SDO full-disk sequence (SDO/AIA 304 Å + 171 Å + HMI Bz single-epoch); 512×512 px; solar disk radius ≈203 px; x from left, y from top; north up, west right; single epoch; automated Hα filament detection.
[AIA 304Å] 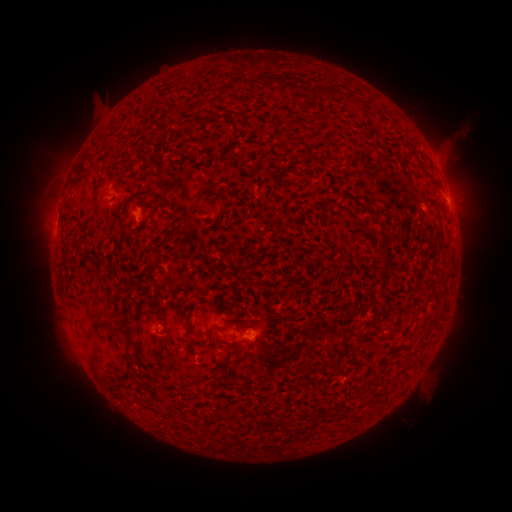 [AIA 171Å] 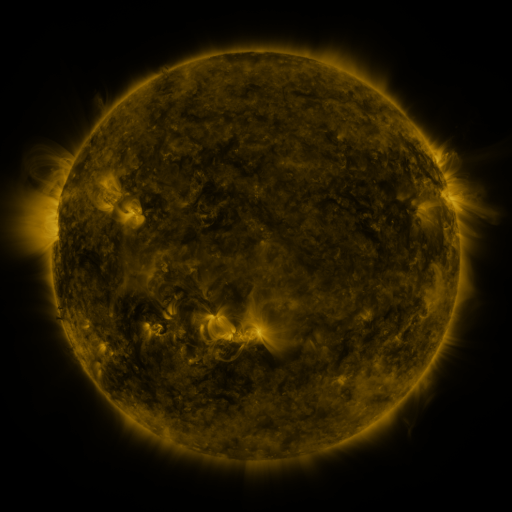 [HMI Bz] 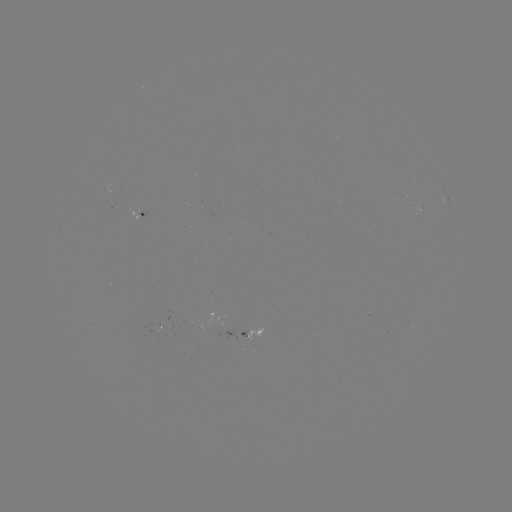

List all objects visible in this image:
filament: (283, 89)
filament: (328, 92)
filament: (230, 159)
filament: (202, 186)
filament: (99, 201)
filament: (262, 210)
filament: (371, 217)
filament: (445, 246)
filament: (385, 257)
filament: (61, 274)
filament: (128, 311)
filament: (126, 330)
filament: (188, 331)
filament: (127, 344)
filament: (207, 394)
filament: (161, 409)
